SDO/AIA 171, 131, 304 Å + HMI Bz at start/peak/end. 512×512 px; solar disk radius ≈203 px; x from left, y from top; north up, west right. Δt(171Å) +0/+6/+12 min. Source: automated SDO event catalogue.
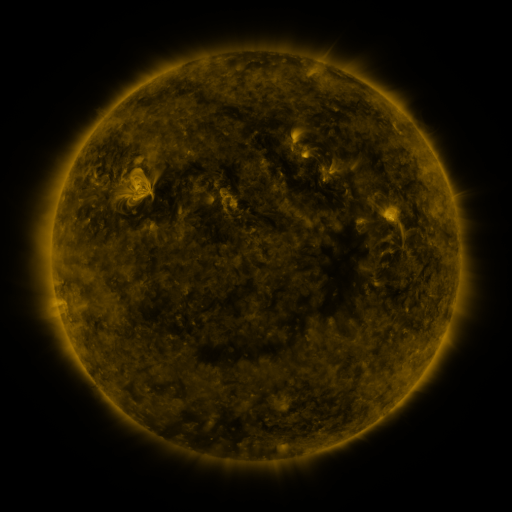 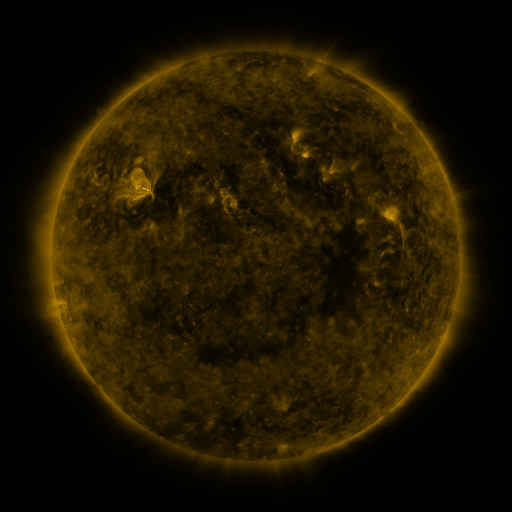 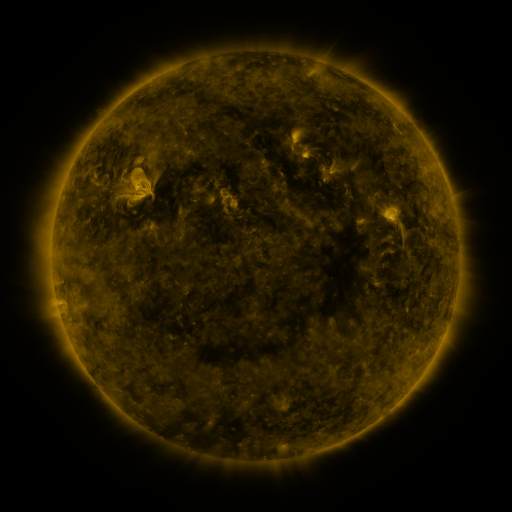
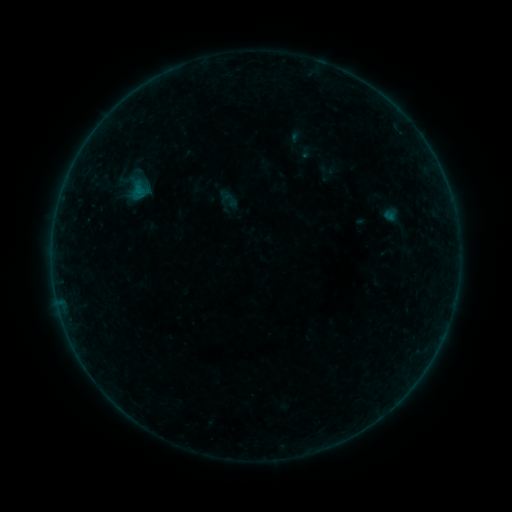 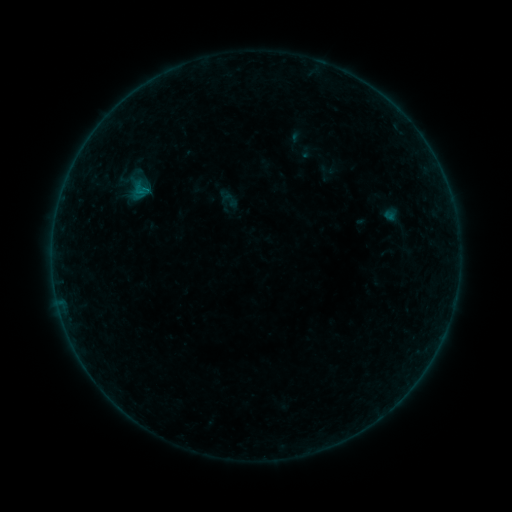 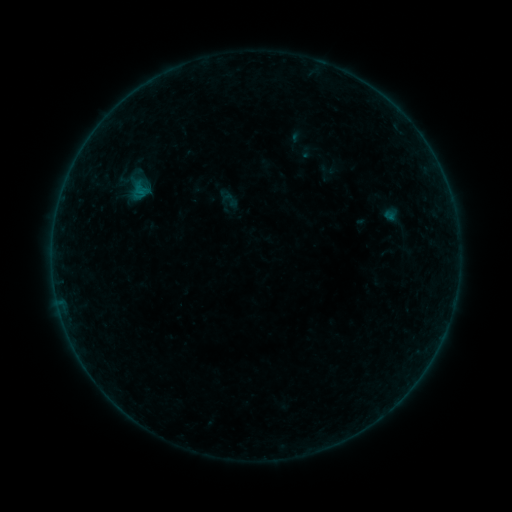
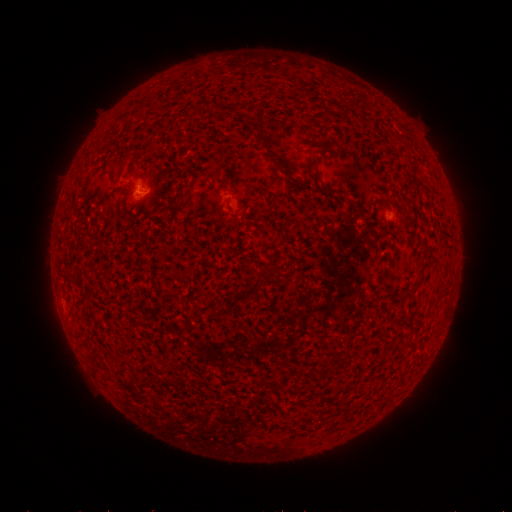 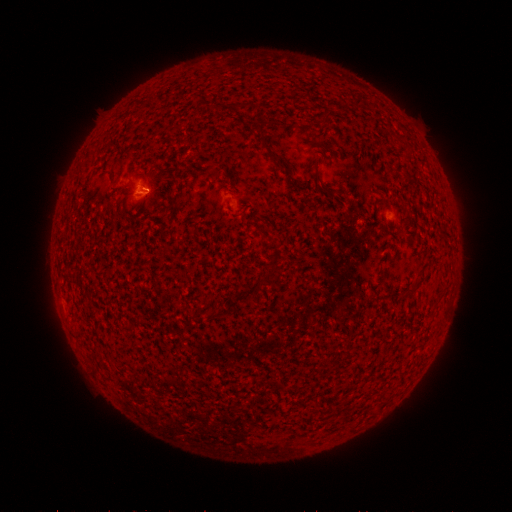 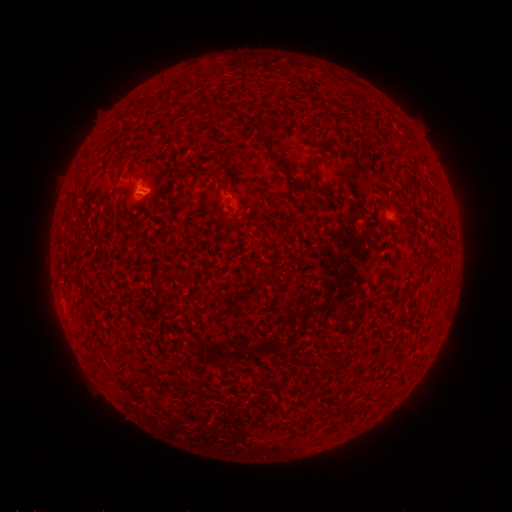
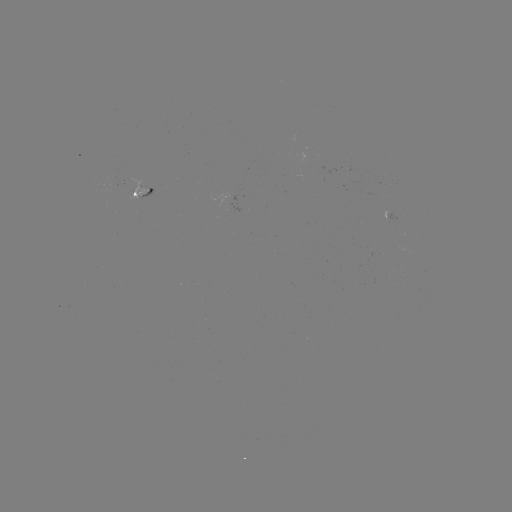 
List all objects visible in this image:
B1.7 flare: (142, 191)
